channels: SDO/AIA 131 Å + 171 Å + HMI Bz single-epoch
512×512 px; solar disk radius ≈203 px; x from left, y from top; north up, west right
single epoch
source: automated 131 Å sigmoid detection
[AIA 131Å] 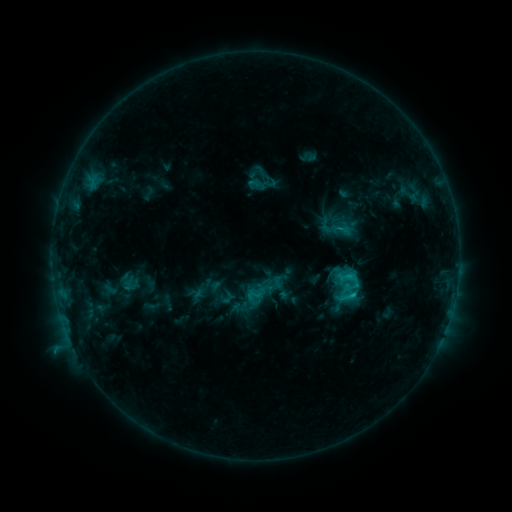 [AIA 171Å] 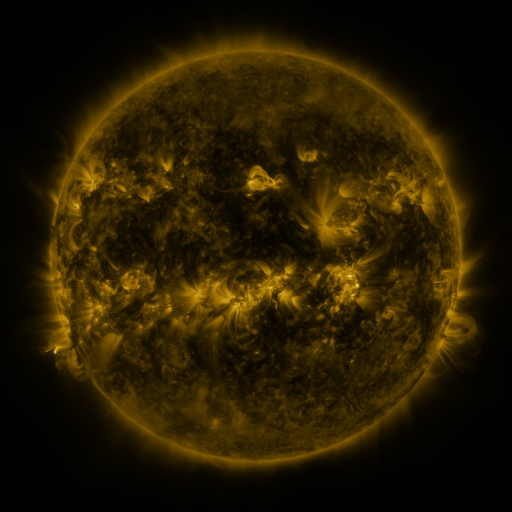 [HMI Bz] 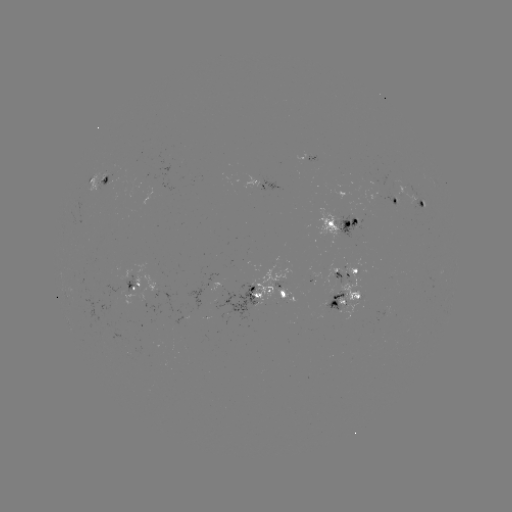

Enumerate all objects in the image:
sigmoid: [330, 217, 353, 242]
sigmoid: [337, 268, 357, 289]
